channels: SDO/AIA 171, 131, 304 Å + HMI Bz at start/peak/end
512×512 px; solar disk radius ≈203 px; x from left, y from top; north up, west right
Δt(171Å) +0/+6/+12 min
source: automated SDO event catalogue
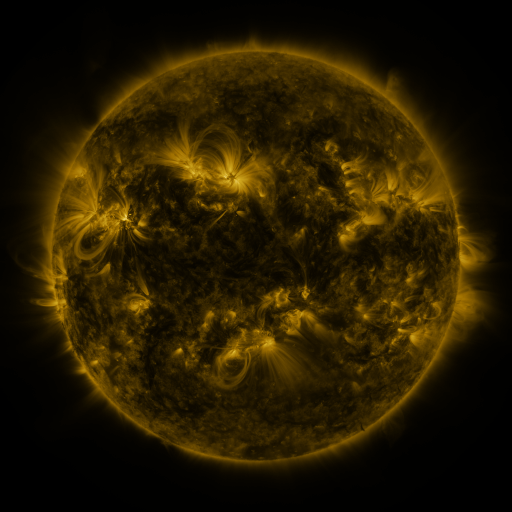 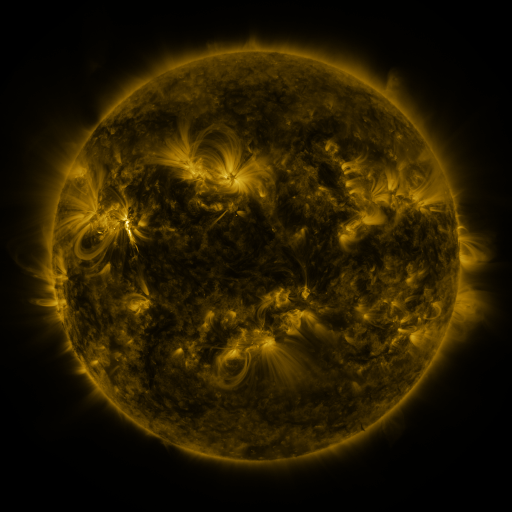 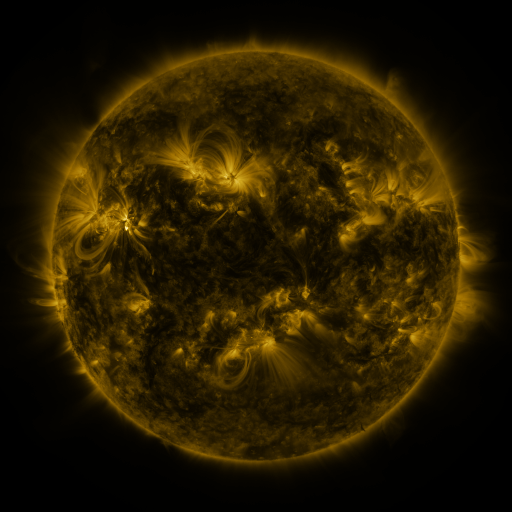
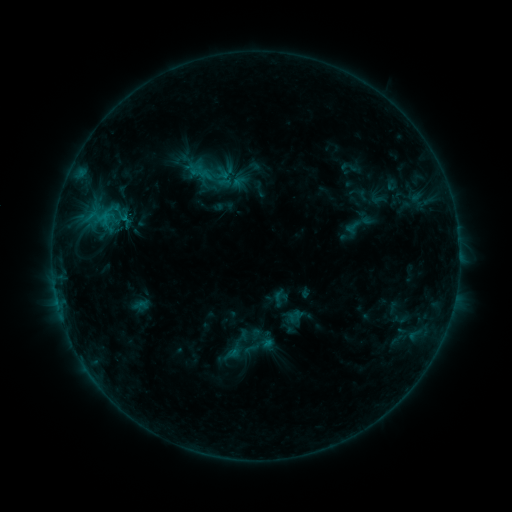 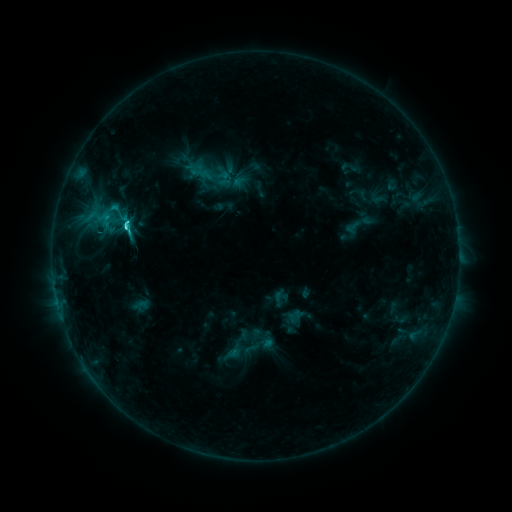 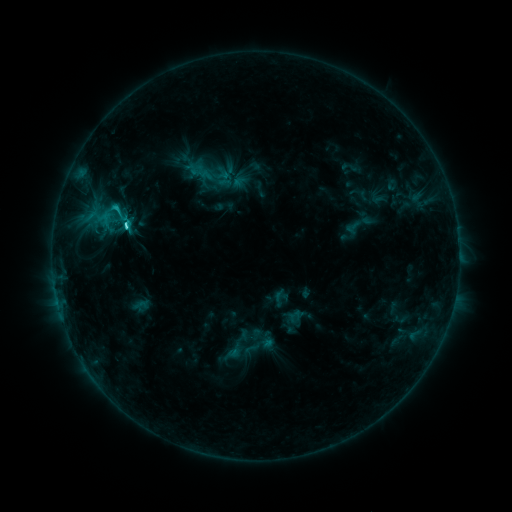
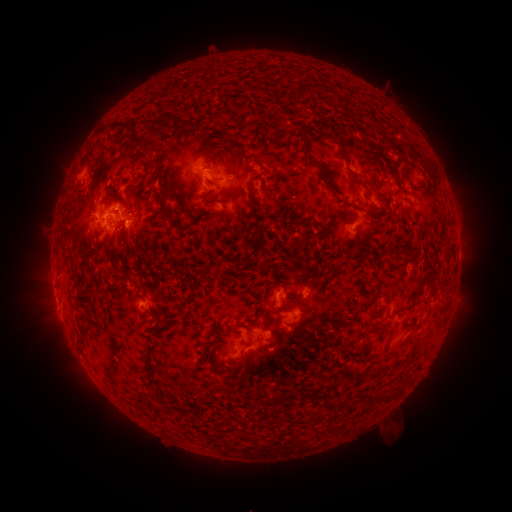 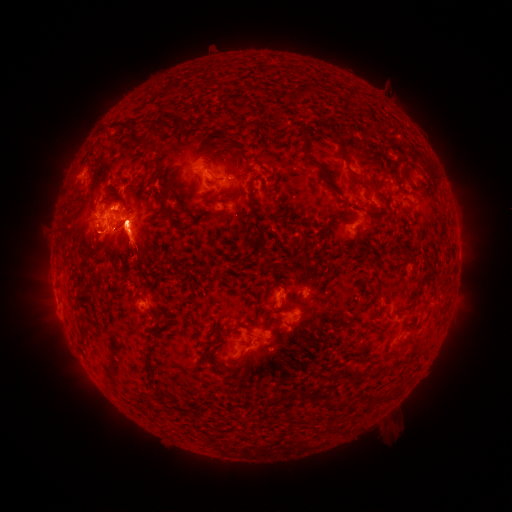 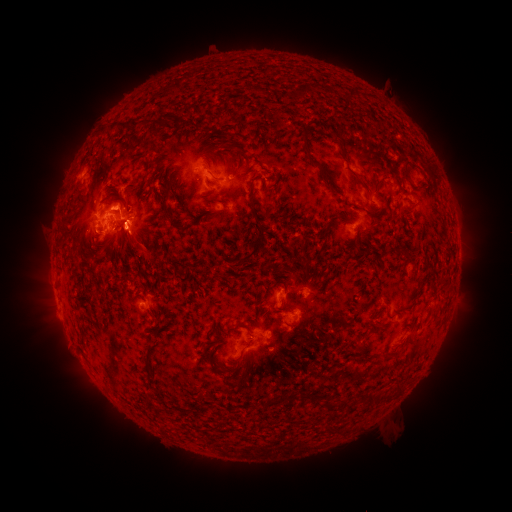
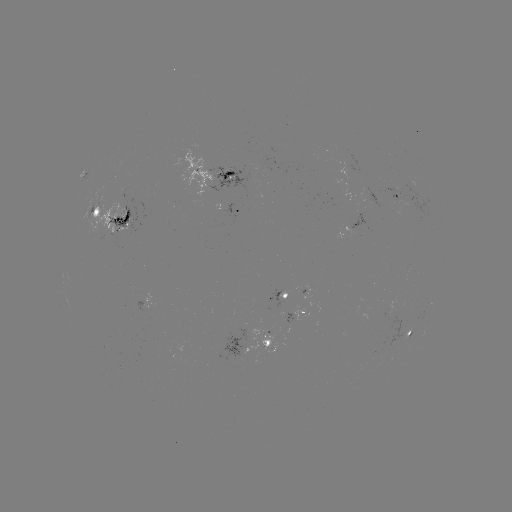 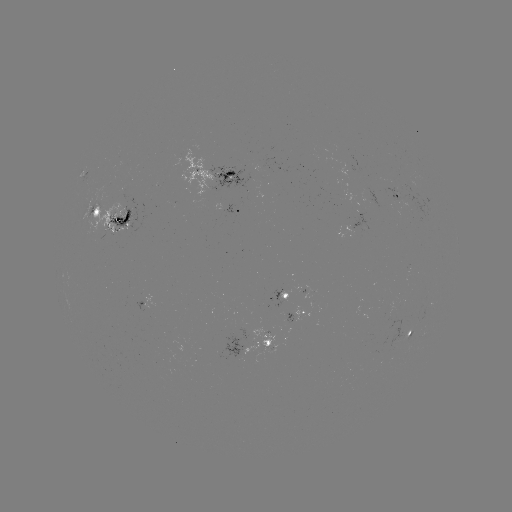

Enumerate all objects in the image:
eruption: (48, 309)
